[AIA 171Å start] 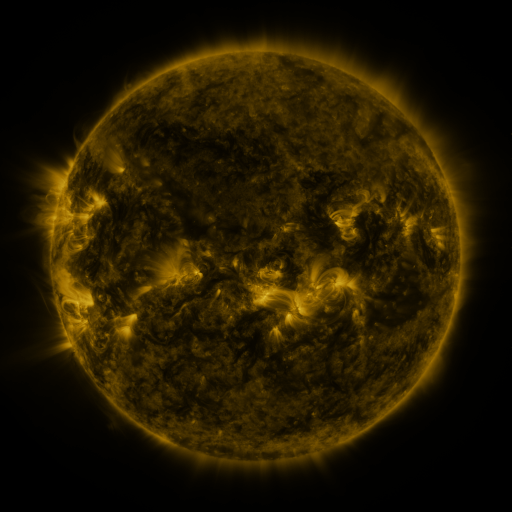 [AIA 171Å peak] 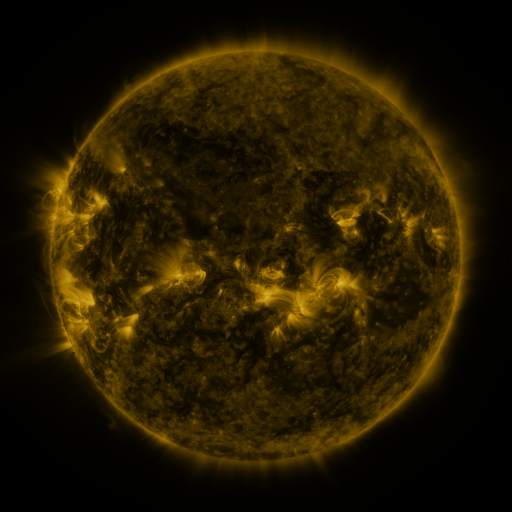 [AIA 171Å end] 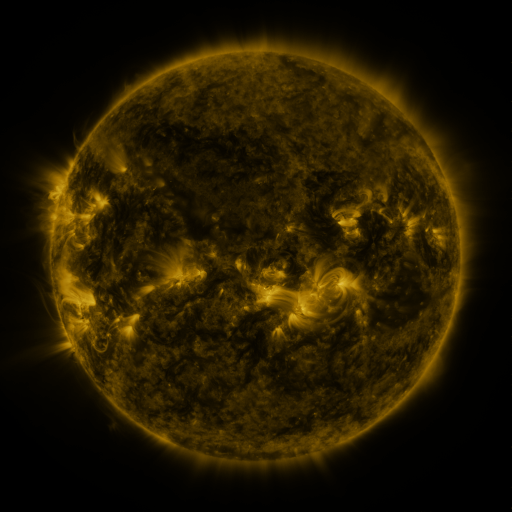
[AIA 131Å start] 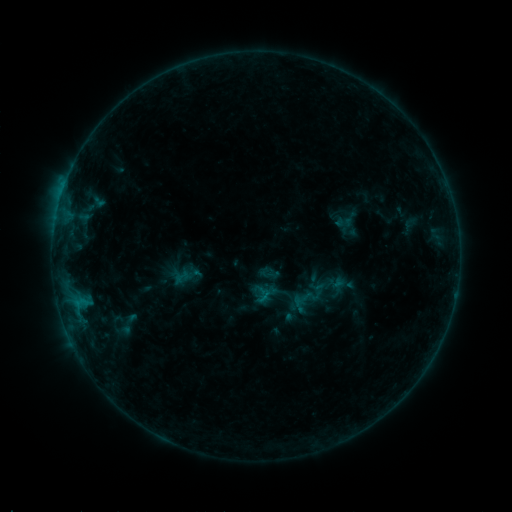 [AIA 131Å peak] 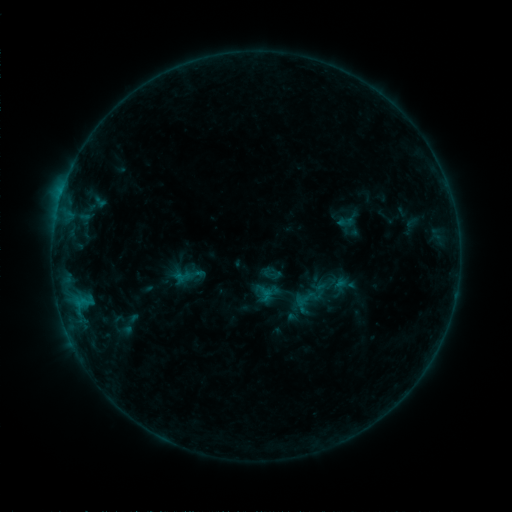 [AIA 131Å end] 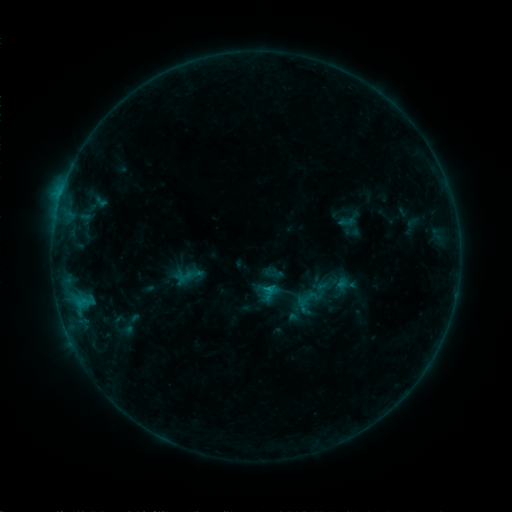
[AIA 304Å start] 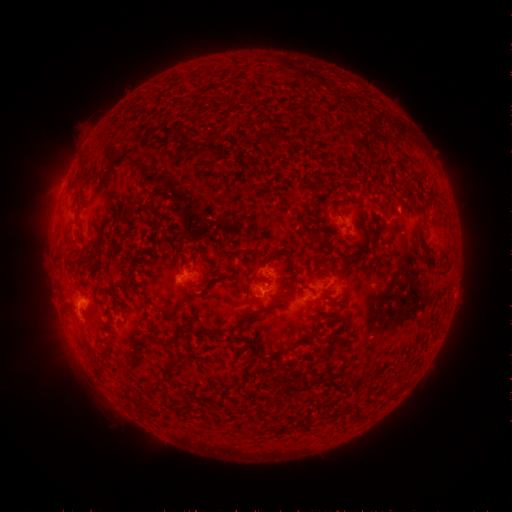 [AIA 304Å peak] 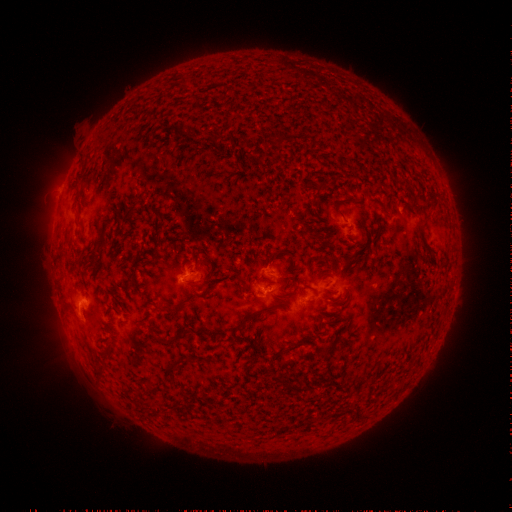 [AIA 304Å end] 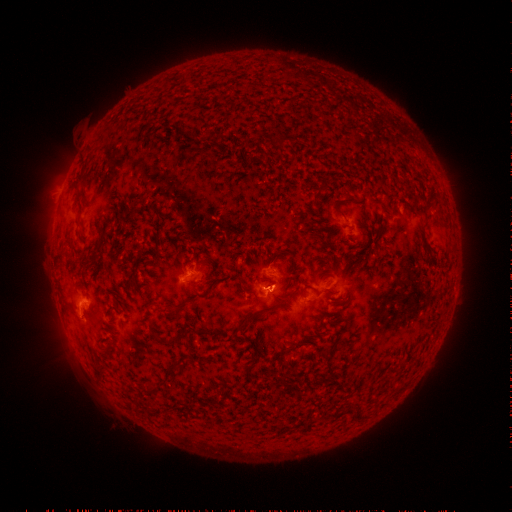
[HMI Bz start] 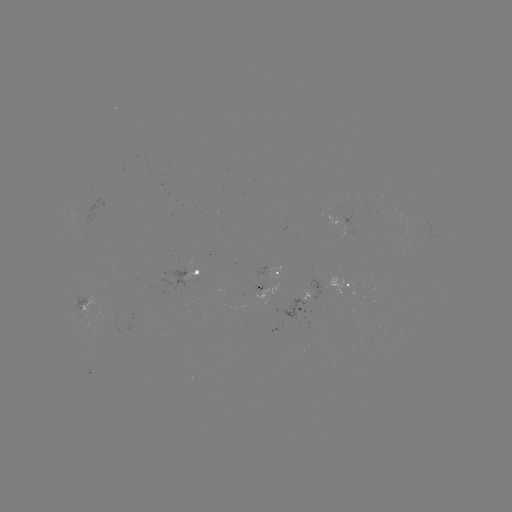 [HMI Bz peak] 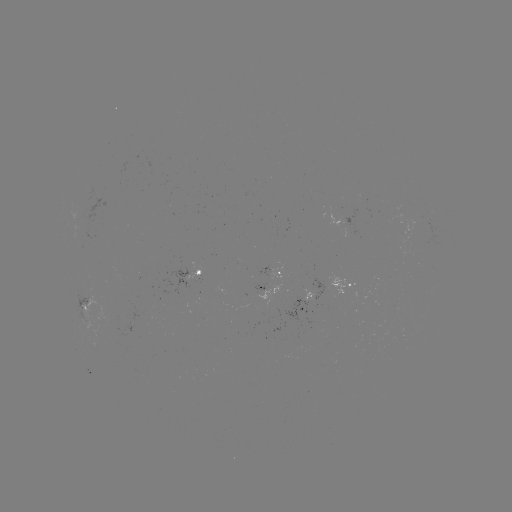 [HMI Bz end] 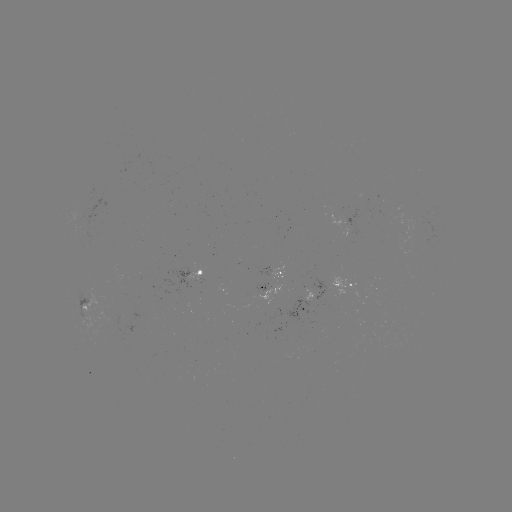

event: emerging-flux region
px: (268, 275)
